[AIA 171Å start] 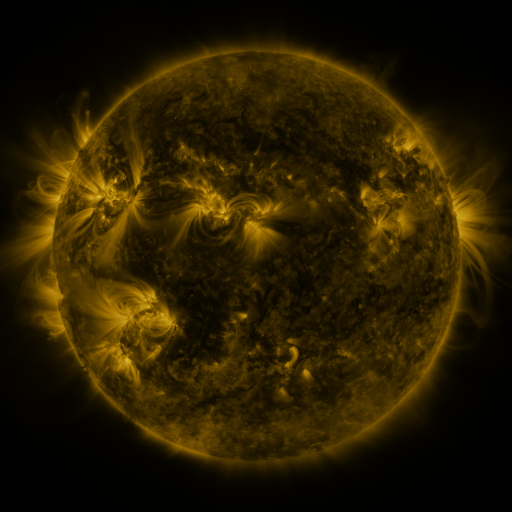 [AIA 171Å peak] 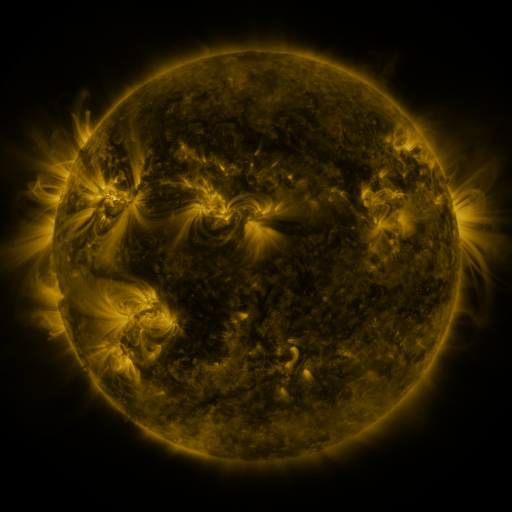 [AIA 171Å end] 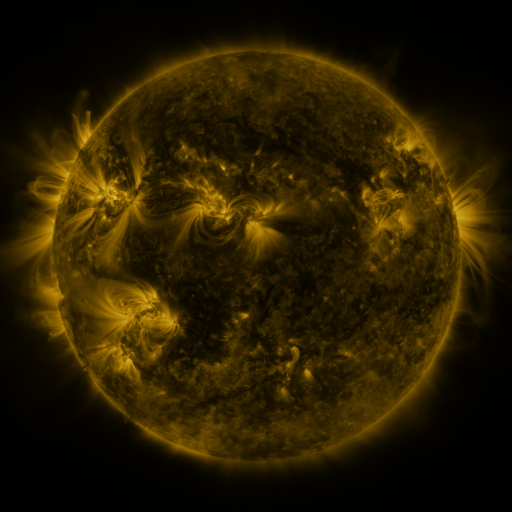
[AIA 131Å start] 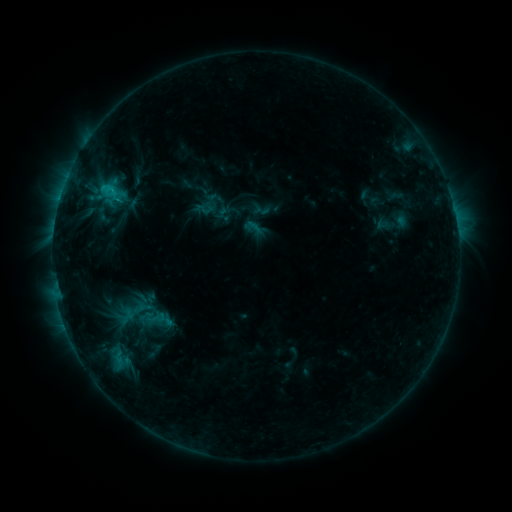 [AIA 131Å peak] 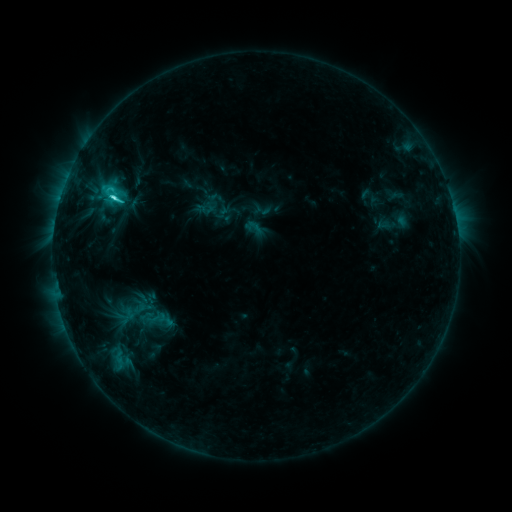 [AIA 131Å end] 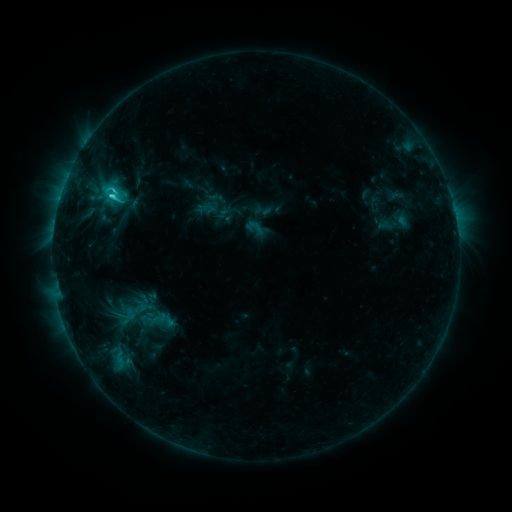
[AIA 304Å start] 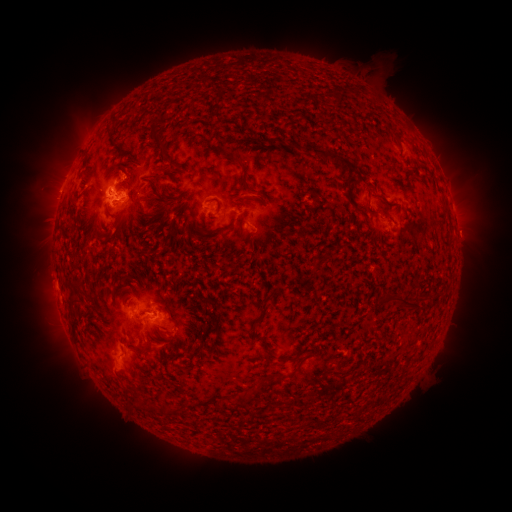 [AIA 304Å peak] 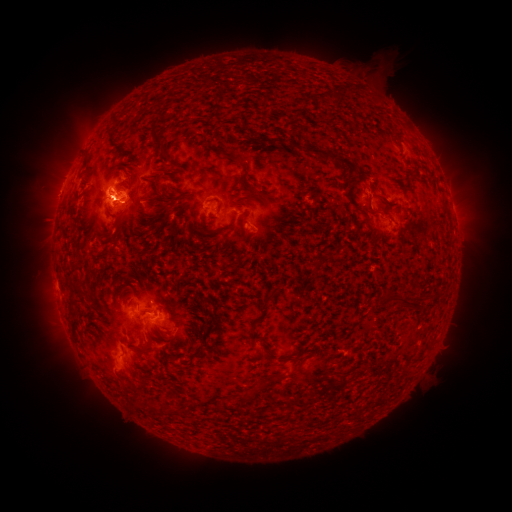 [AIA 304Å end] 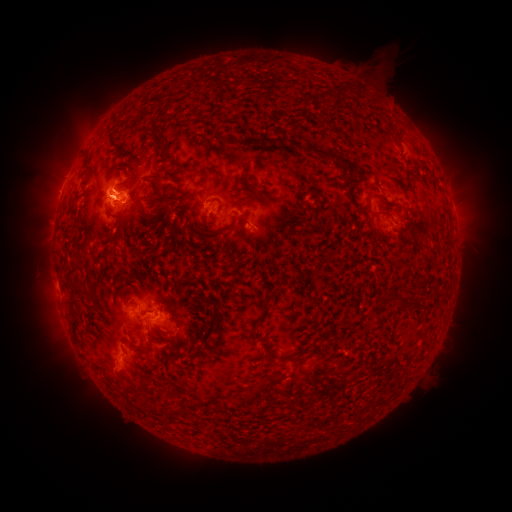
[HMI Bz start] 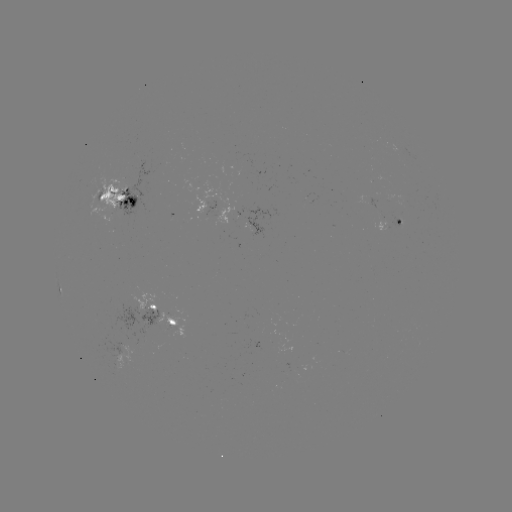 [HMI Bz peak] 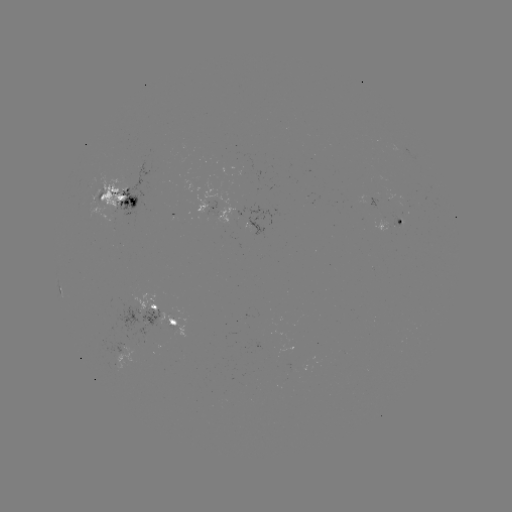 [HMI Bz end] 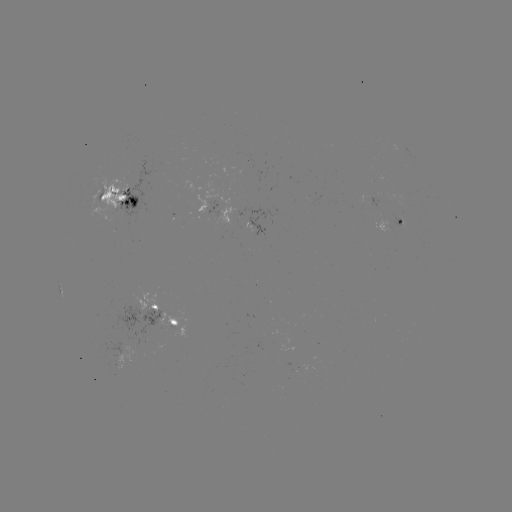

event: flare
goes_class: C4.6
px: (115, 199)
